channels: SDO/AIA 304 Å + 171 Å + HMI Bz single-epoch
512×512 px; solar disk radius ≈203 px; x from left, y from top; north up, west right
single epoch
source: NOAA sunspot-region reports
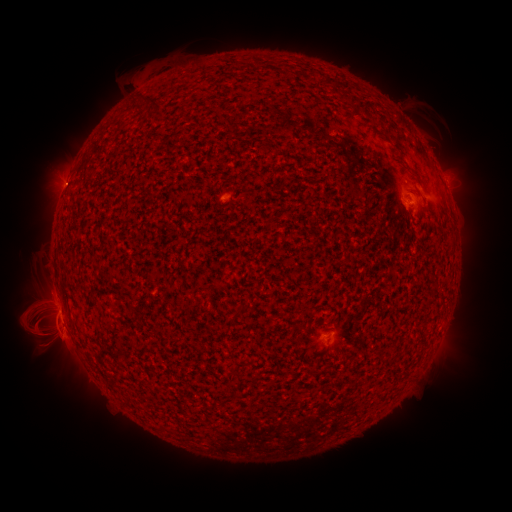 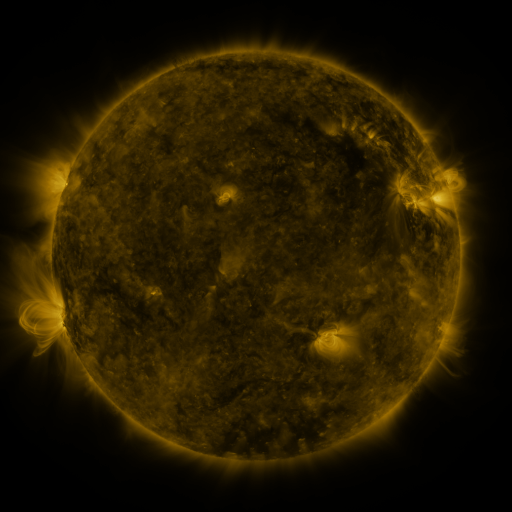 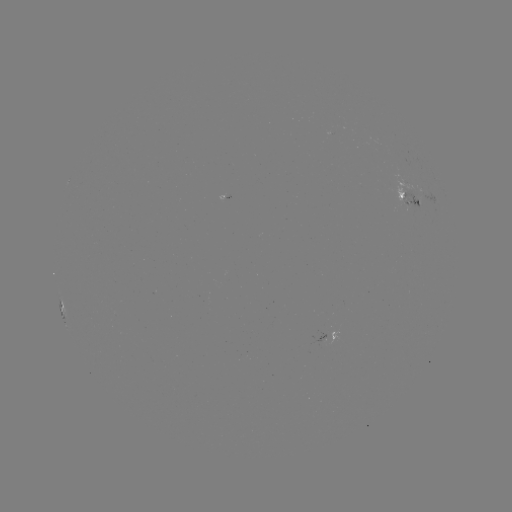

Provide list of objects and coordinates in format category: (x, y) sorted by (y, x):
spotted active region: (408, 198)
spotted active region: (60, 297)
